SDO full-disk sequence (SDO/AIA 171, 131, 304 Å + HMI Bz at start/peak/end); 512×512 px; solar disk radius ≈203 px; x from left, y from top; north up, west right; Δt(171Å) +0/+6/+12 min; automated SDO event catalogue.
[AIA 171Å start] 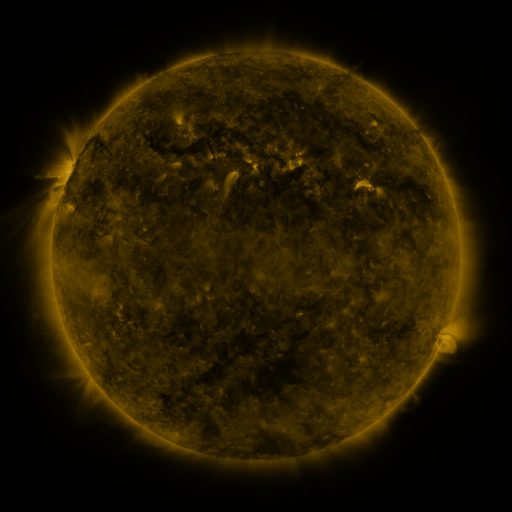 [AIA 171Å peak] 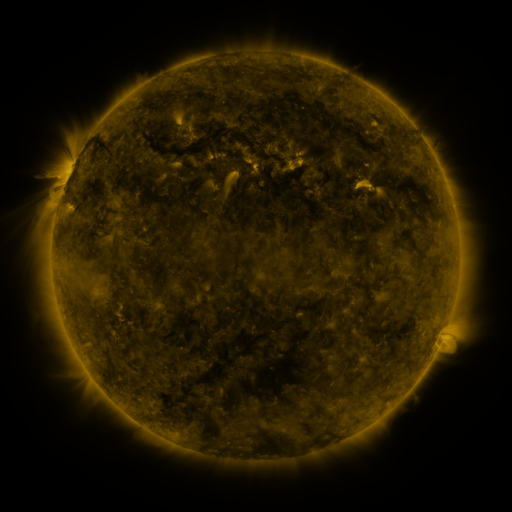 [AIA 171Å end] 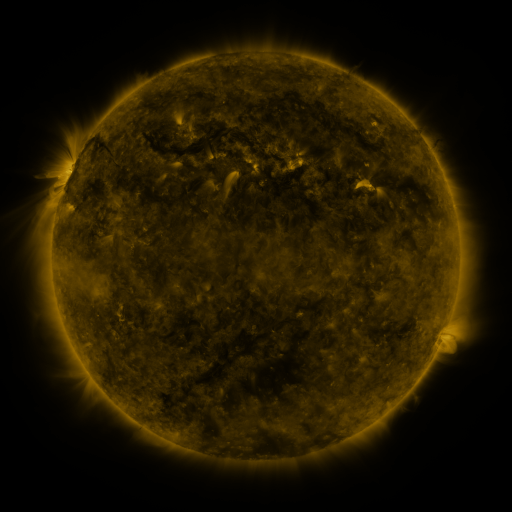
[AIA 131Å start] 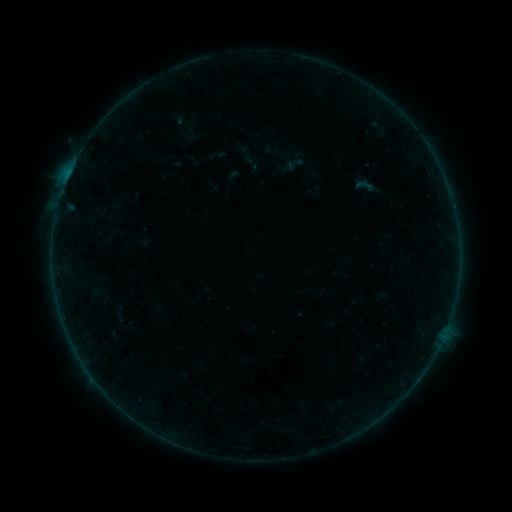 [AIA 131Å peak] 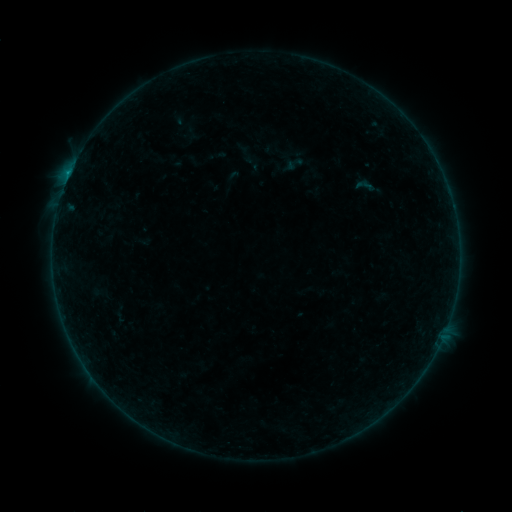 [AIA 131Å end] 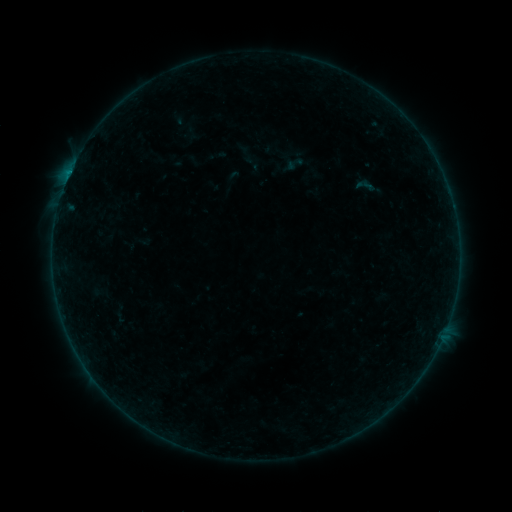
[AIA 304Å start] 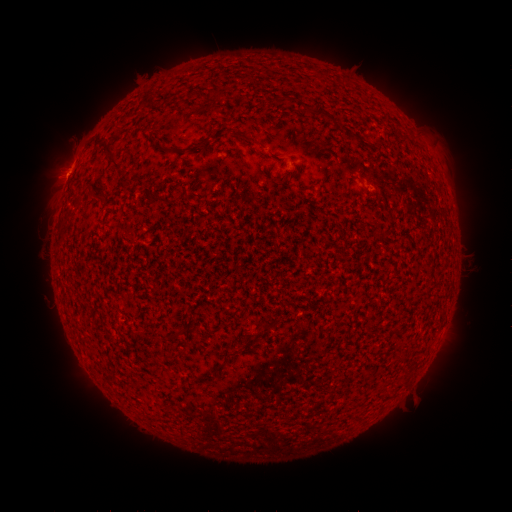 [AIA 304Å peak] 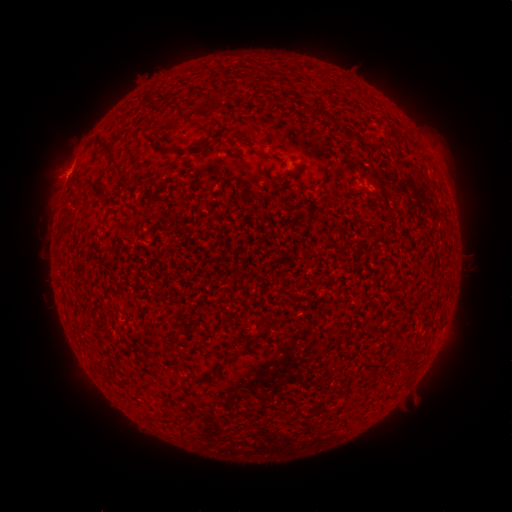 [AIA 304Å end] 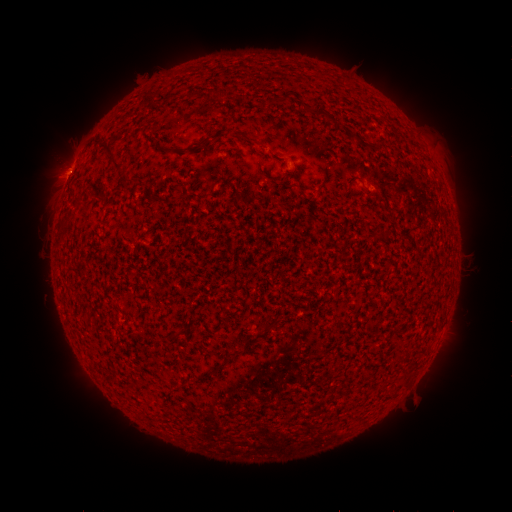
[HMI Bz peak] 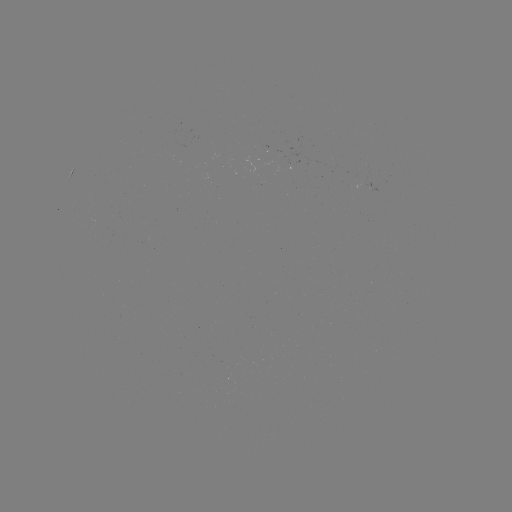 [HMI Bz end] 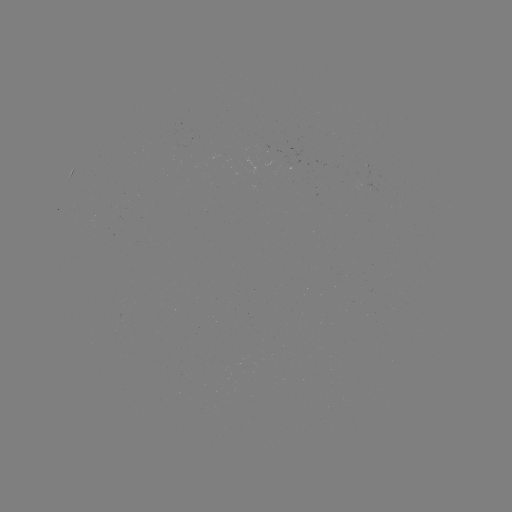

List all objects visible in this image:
B2.8 flare: (69, 176)
